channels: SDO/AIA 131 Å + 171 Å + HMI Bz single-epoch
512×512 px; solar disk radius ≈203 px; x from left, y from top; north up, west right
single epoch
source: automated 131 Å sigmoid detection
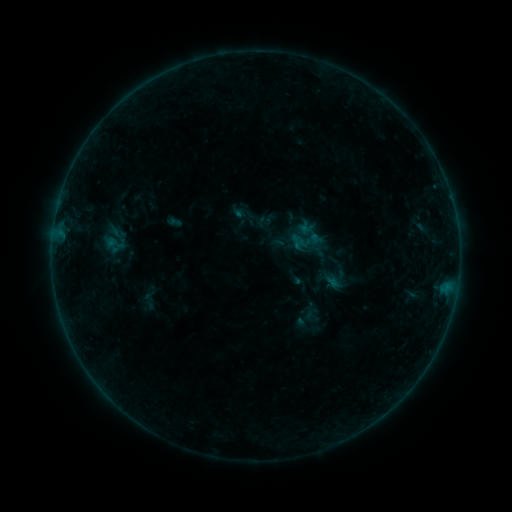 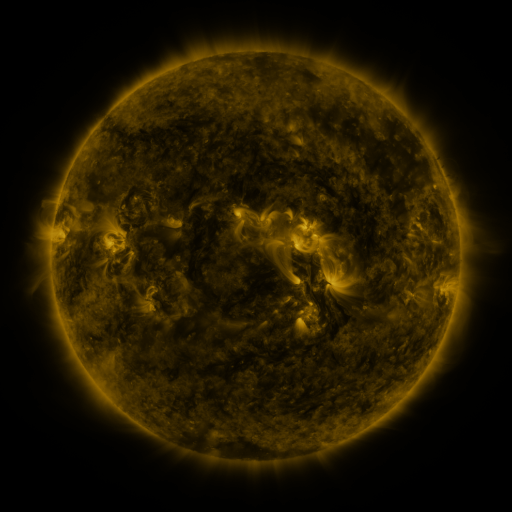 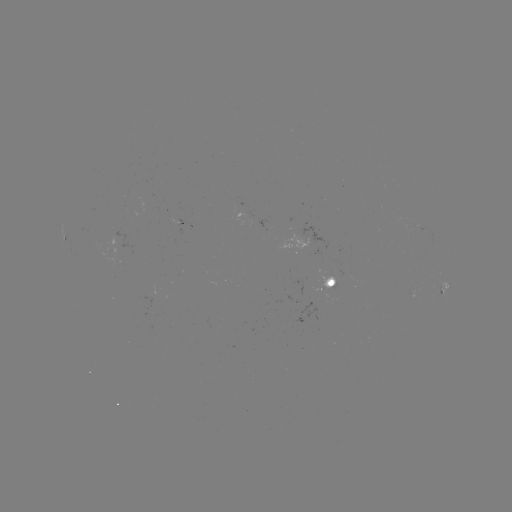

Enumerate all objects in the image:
sigmoid: [98, 222, 132, 258]
